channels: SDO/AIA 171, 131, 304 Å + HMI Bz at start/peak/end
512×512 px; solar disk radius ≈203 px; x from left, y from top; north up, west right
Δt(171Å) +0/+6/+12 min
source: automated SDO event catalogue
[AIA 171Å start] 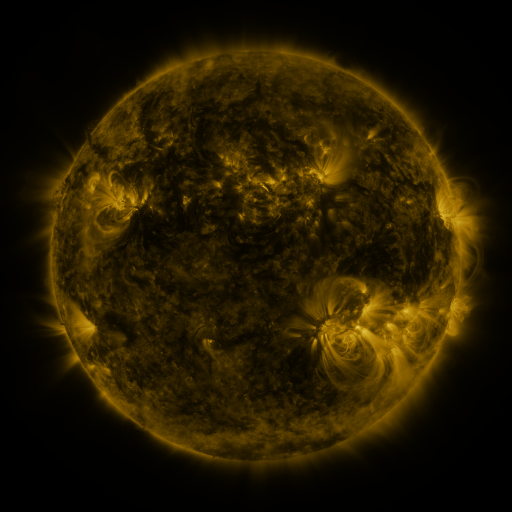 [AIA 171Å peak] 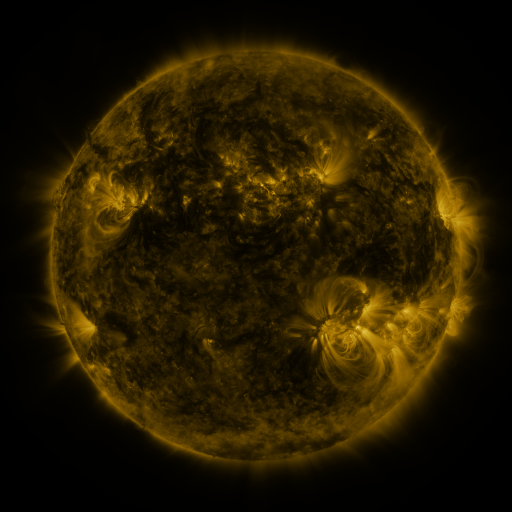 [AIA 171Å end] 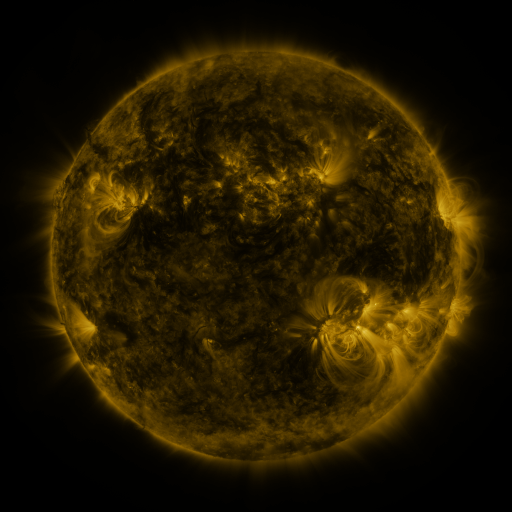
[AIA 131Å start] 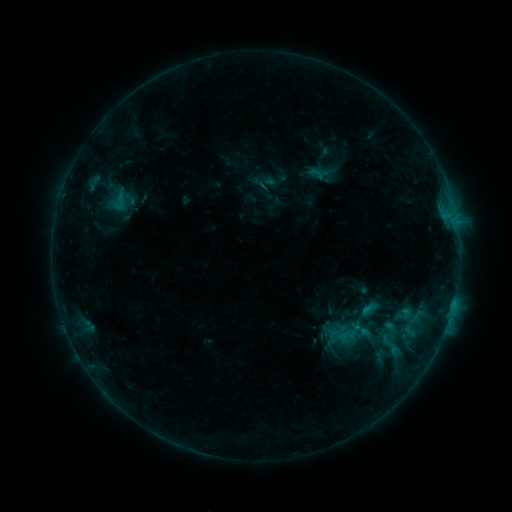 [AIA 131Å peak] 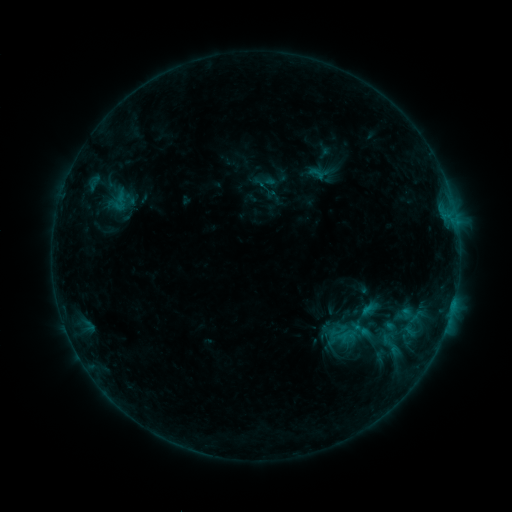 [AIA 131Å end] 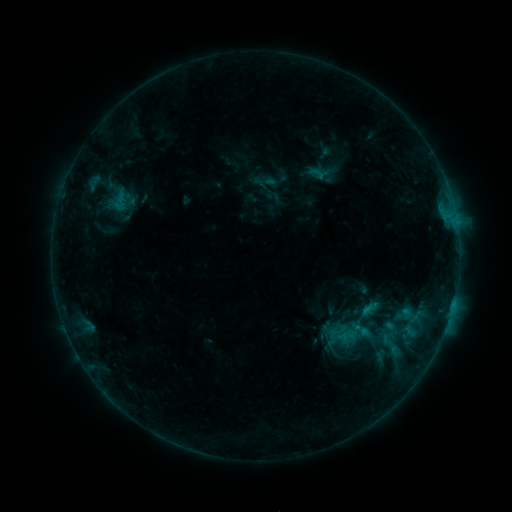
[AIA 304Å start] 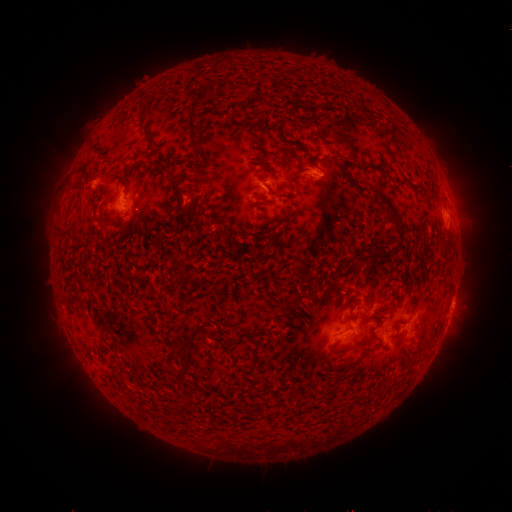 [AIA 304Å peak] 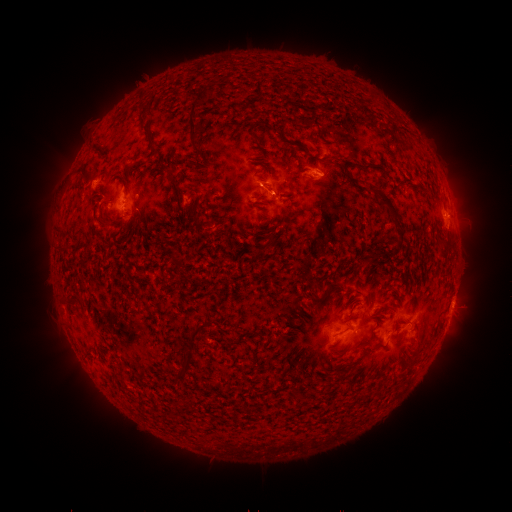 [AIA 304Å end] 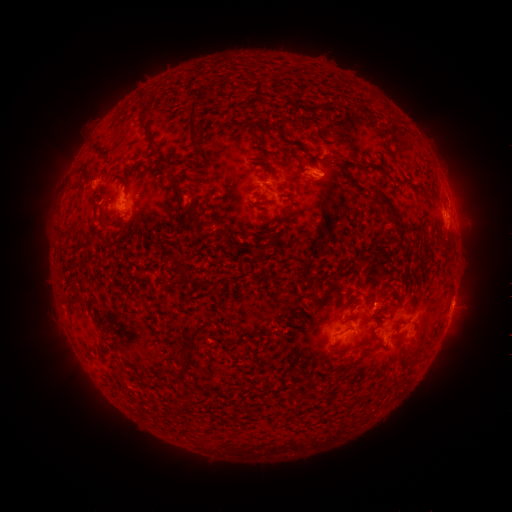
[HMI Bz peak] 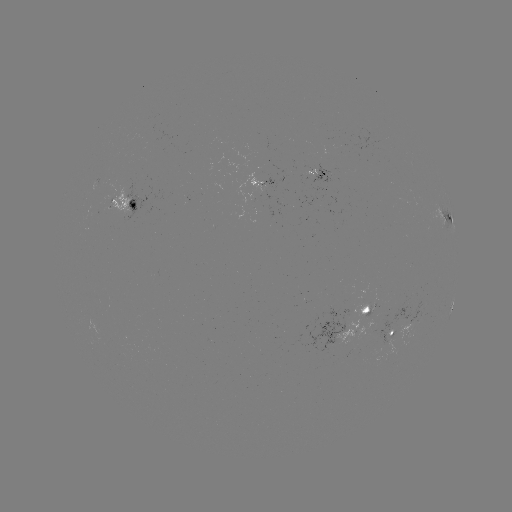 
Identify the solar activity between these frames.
eruption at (276, 194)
